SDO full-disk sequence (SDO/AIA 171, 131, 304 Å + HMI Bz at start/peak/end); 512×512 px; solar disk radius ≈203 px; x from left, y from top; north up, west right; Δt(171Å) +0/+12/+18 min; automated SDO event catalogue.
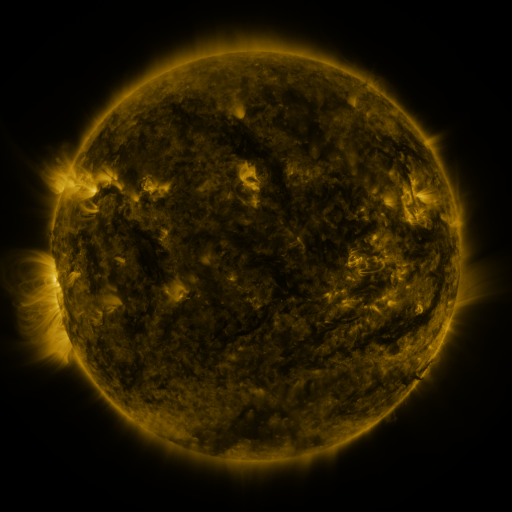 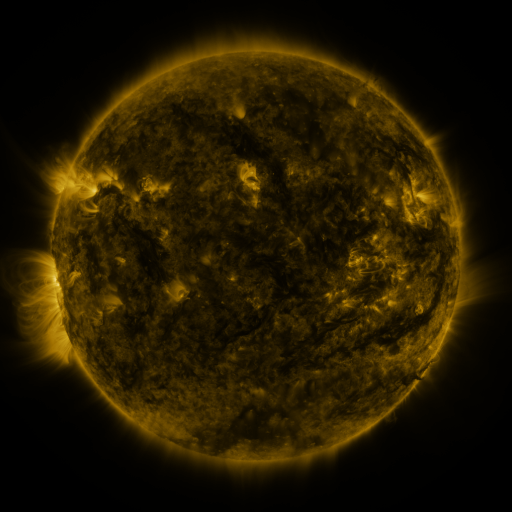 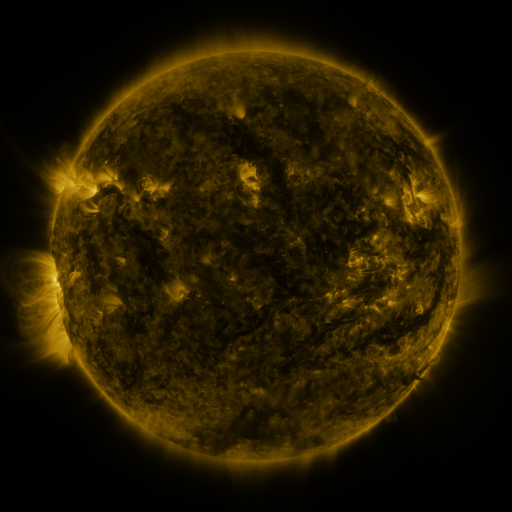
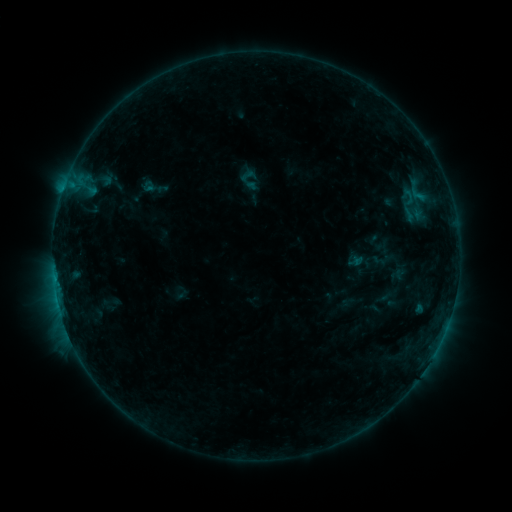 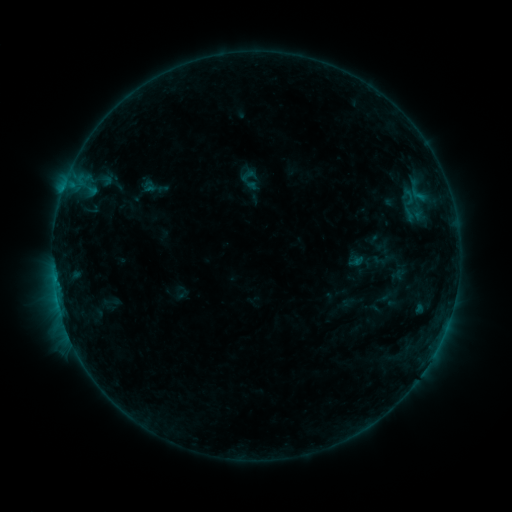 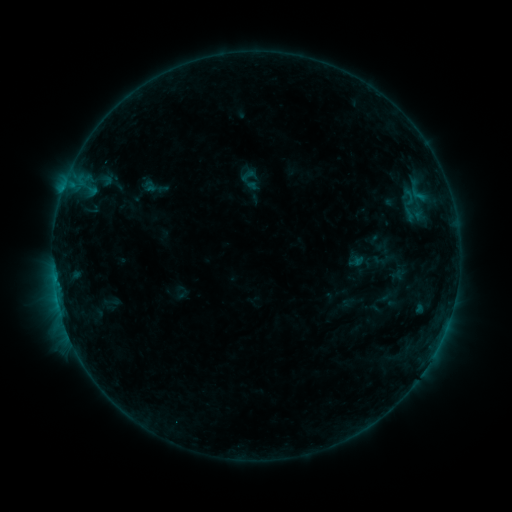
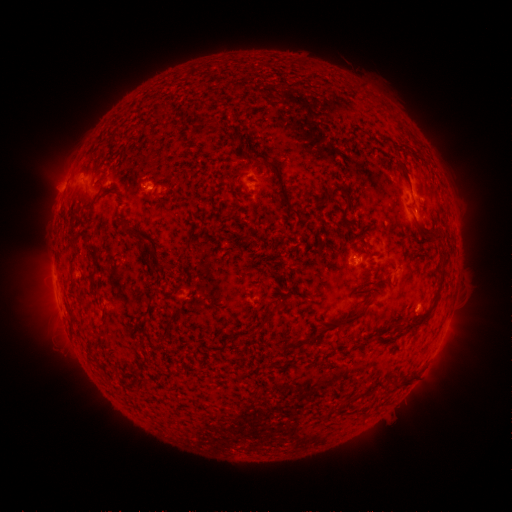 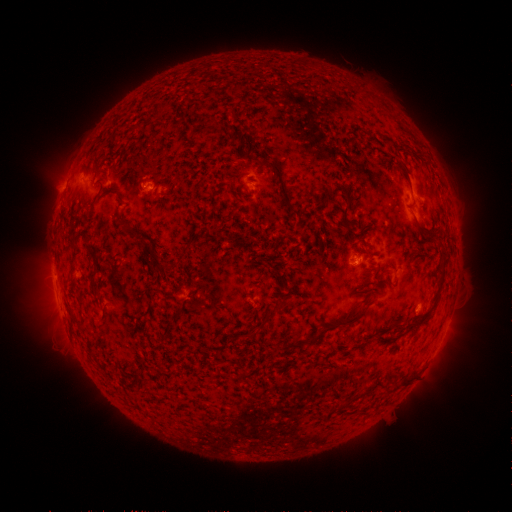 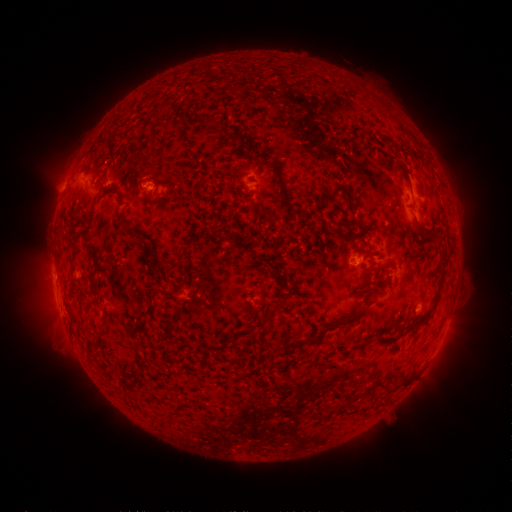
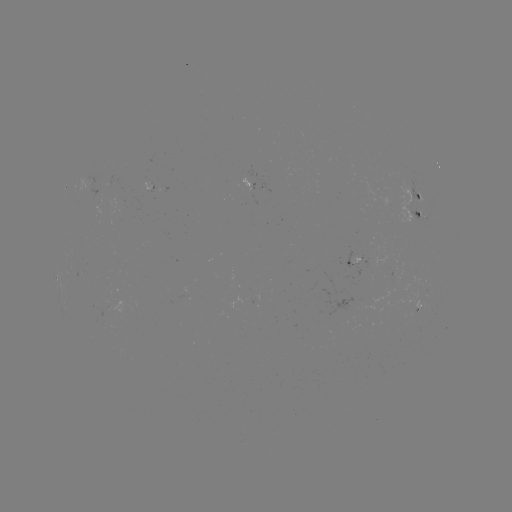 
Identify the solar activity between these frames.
no classed flare was catalogued and no EUV brightening was flagged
